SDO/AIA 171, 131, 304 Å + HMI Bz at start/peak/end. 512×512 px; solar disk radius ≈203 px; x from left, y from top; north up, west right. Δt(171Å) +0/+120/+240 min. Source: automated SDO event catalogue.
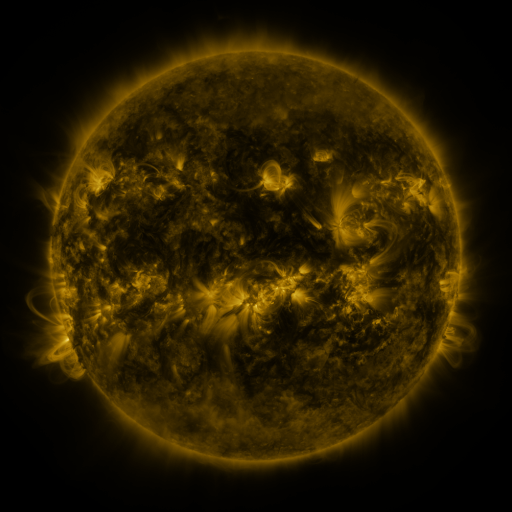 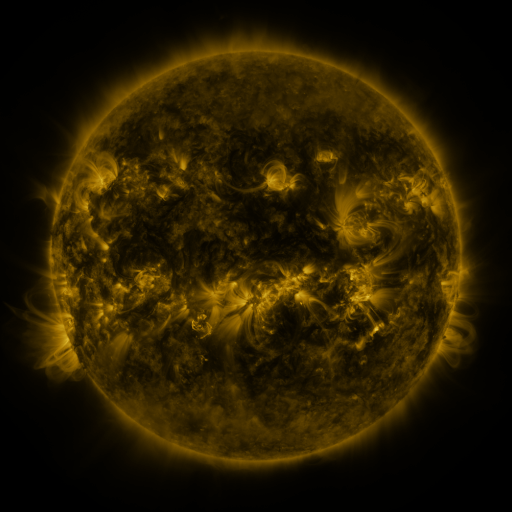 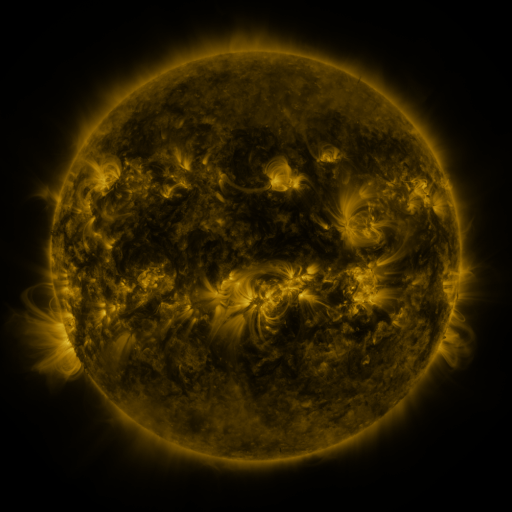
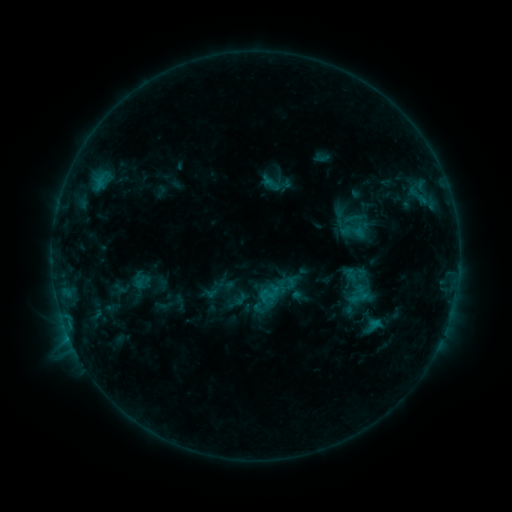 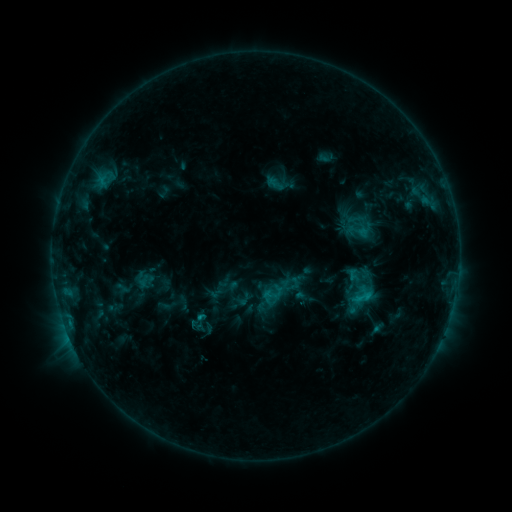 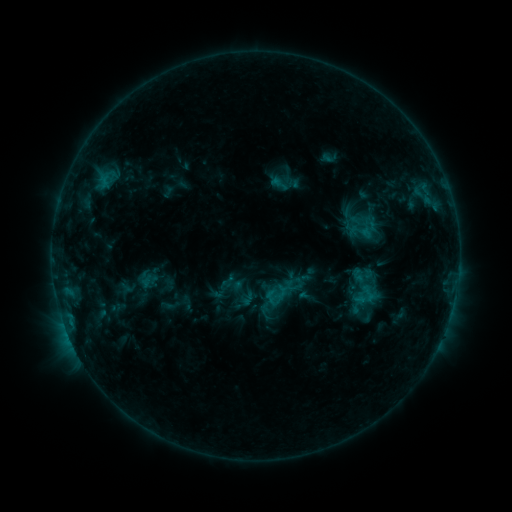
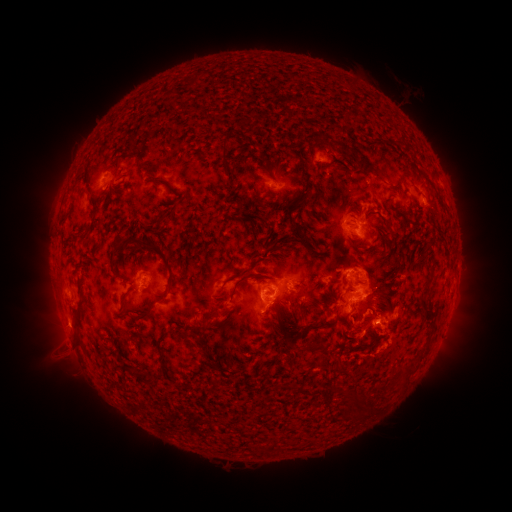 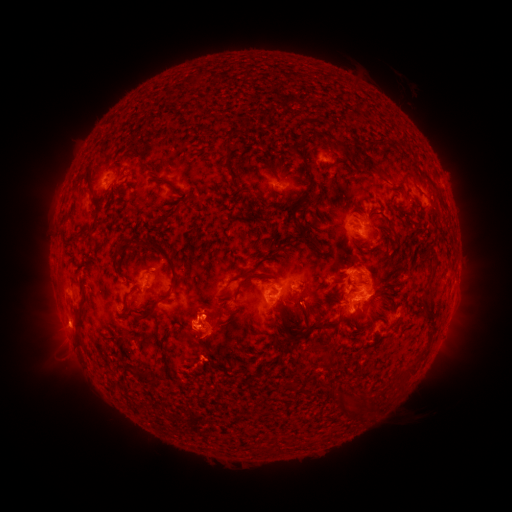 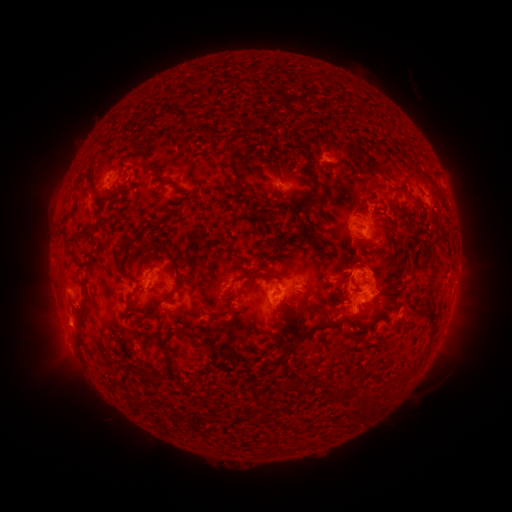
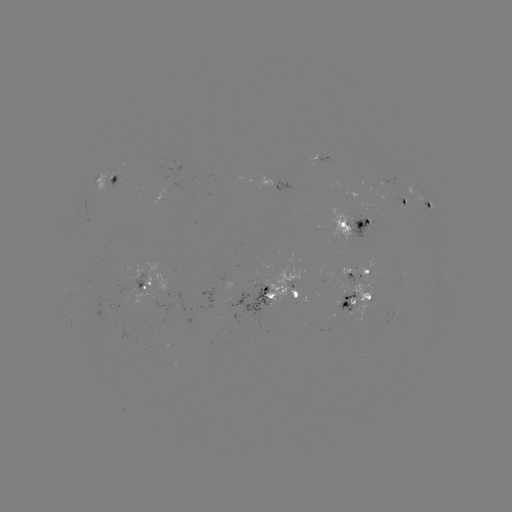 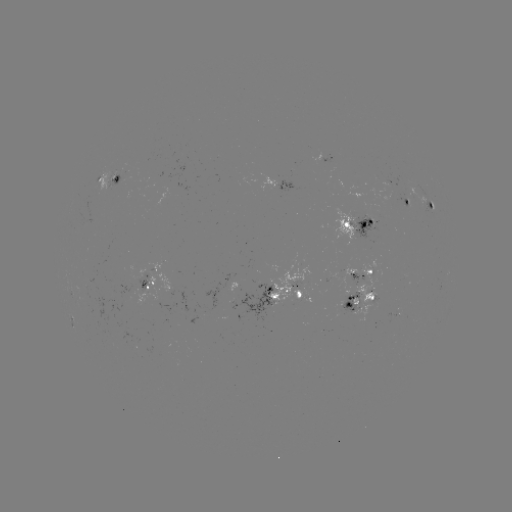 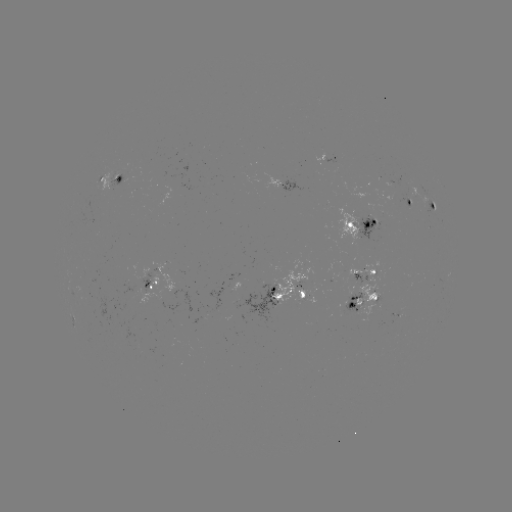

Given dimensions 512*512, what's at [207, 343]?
filament eruption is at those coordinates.